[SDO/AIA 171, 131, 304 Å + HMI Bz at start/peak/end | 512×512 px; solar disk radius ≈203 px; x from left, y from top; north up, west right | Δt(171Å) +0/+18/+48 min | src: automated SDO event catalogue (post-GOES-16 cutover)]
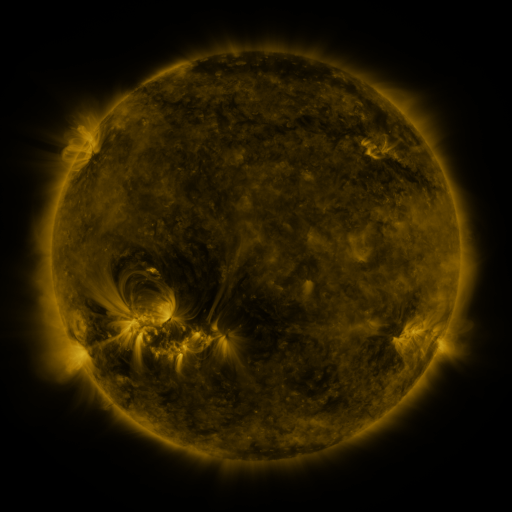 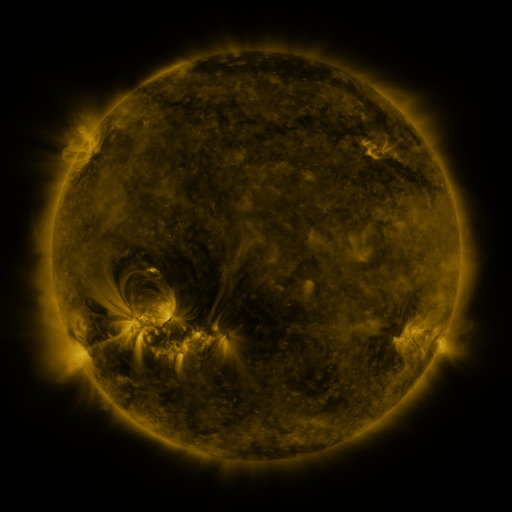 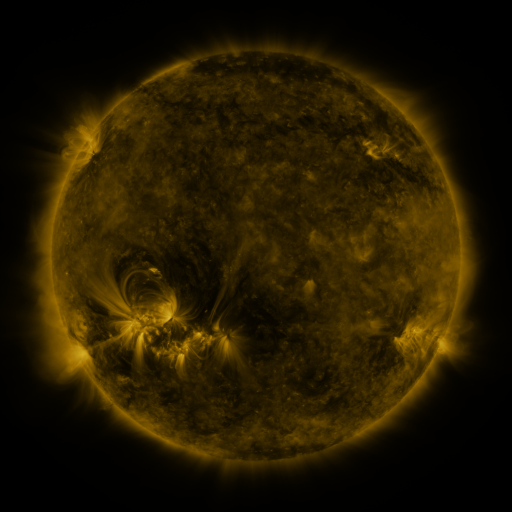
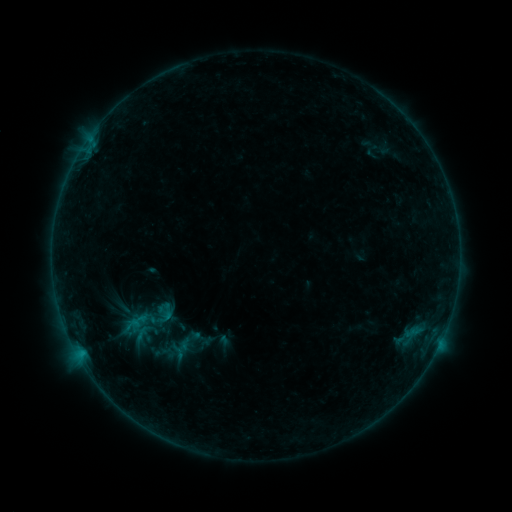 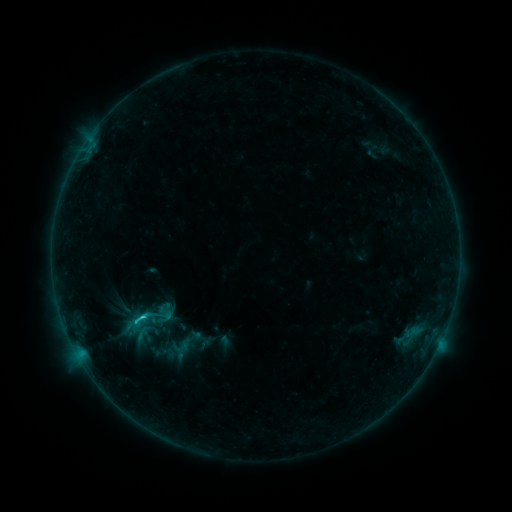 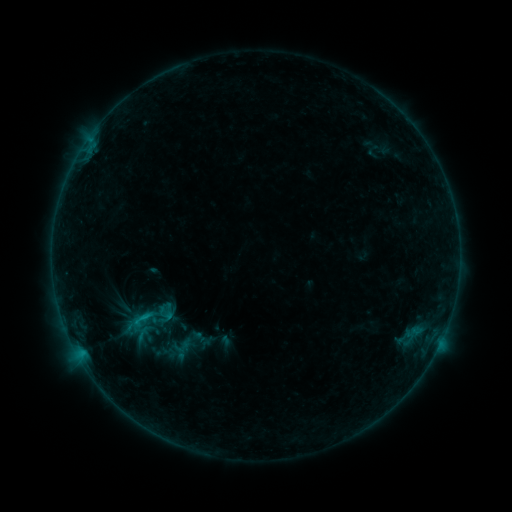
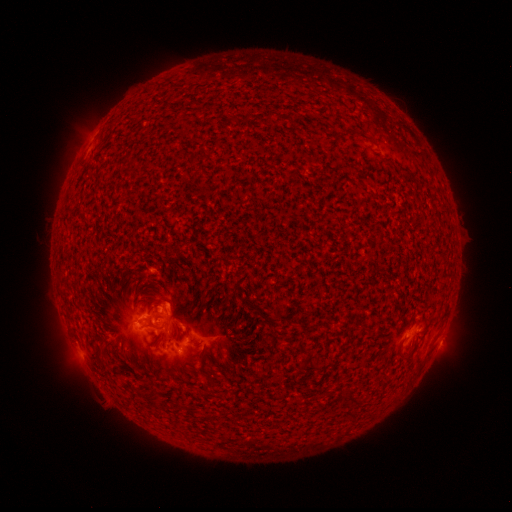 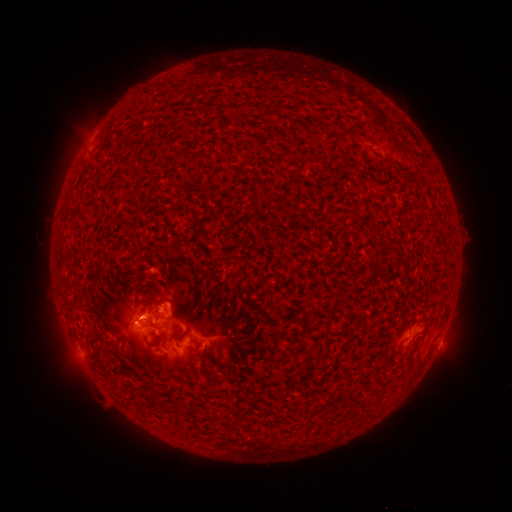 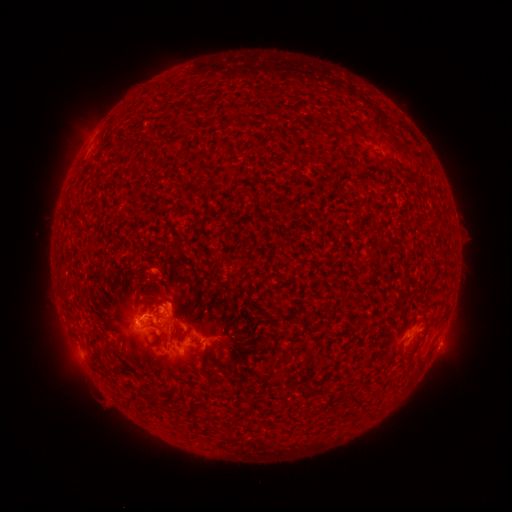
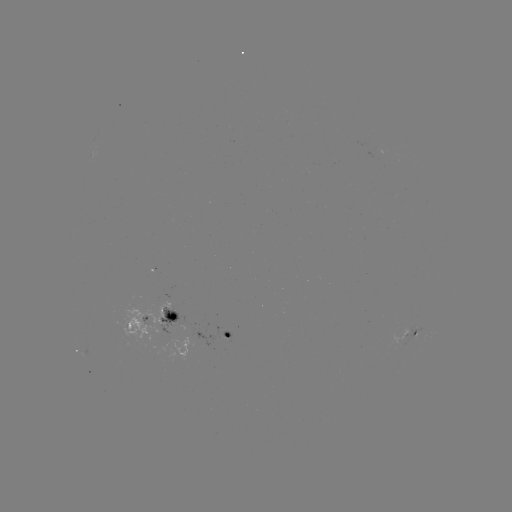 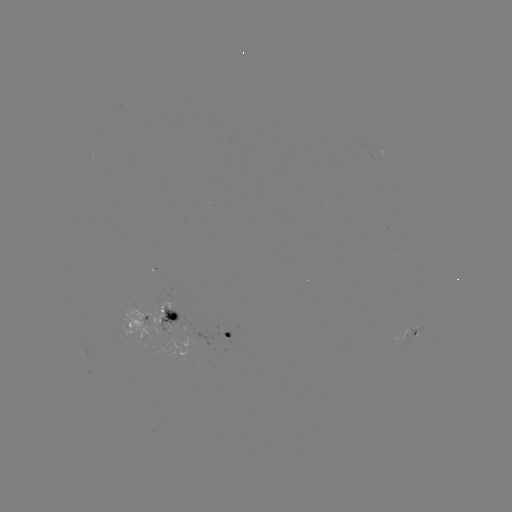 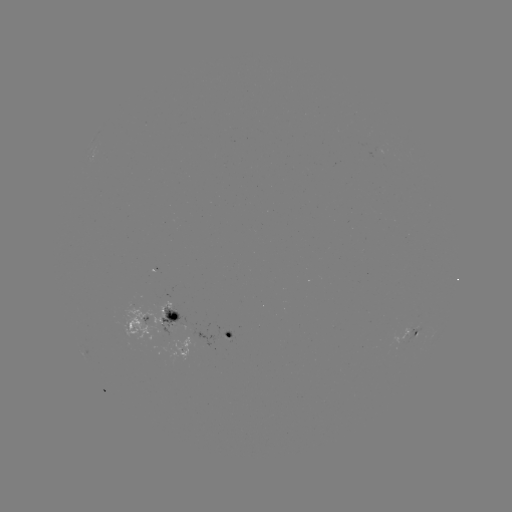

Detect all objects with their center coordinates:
C1.5 flare: (143, 315)
